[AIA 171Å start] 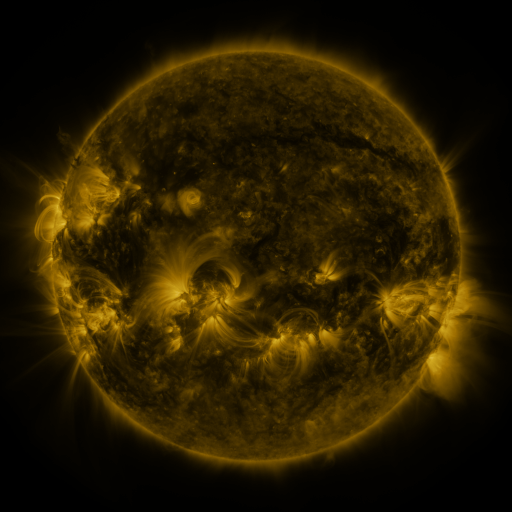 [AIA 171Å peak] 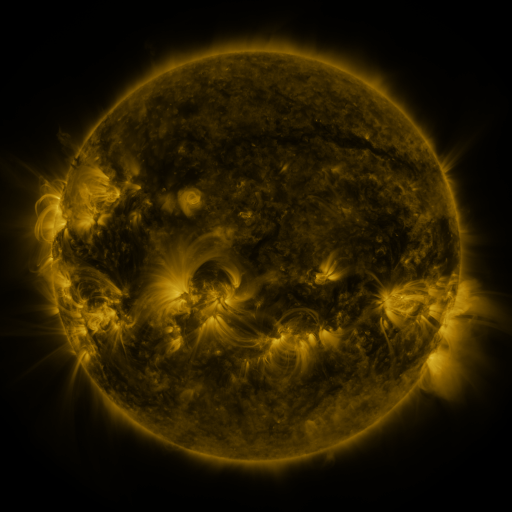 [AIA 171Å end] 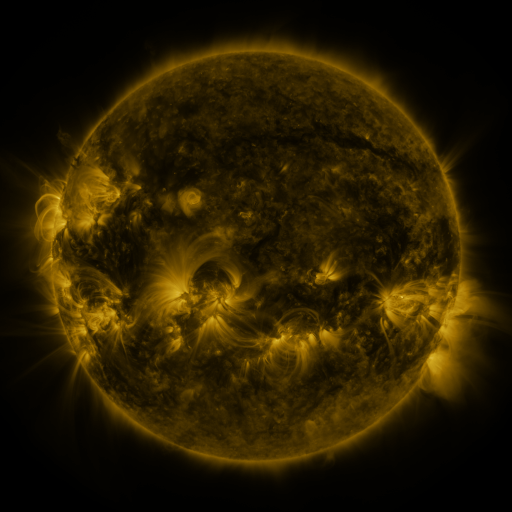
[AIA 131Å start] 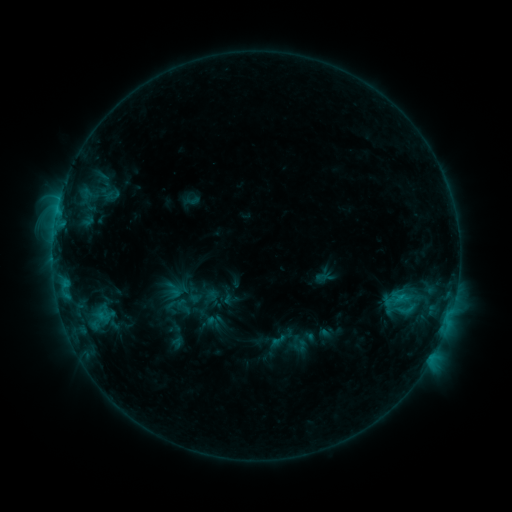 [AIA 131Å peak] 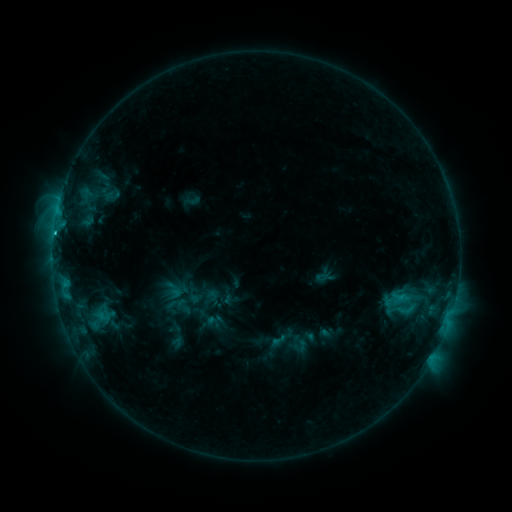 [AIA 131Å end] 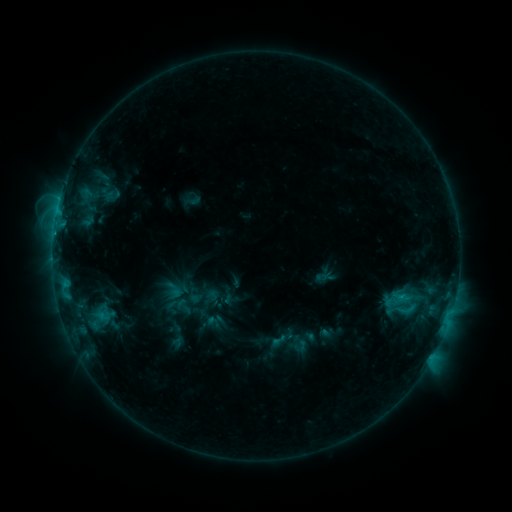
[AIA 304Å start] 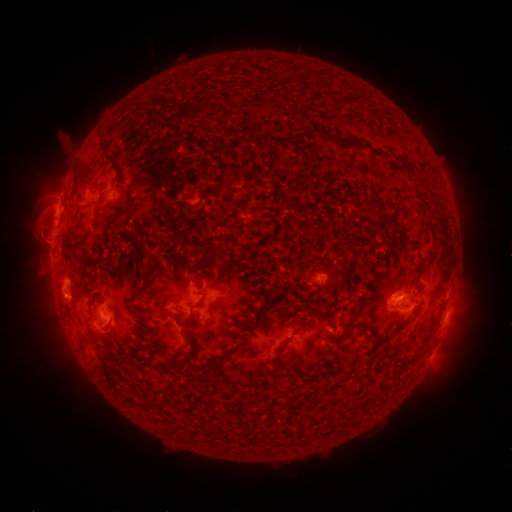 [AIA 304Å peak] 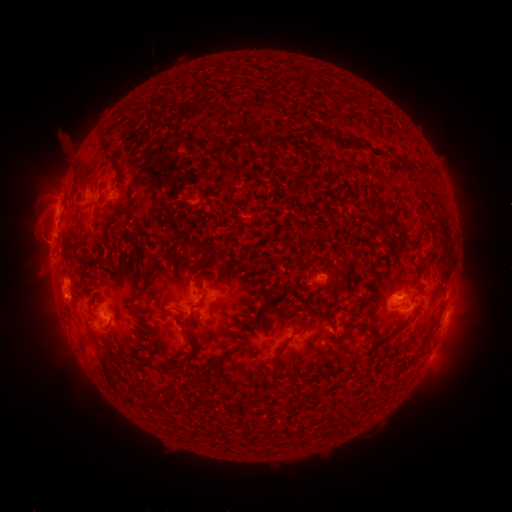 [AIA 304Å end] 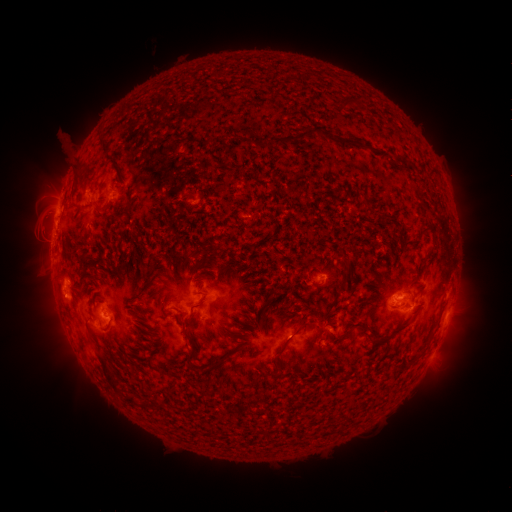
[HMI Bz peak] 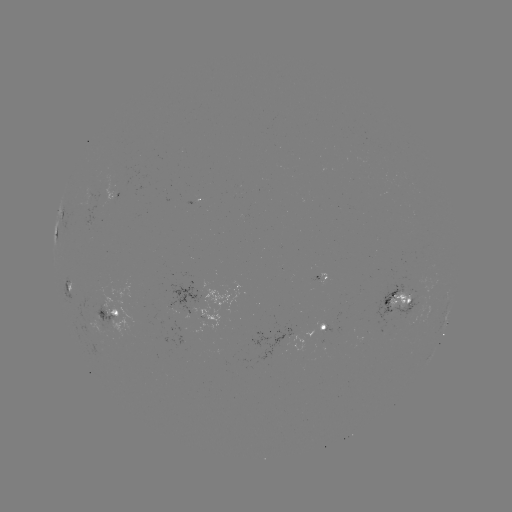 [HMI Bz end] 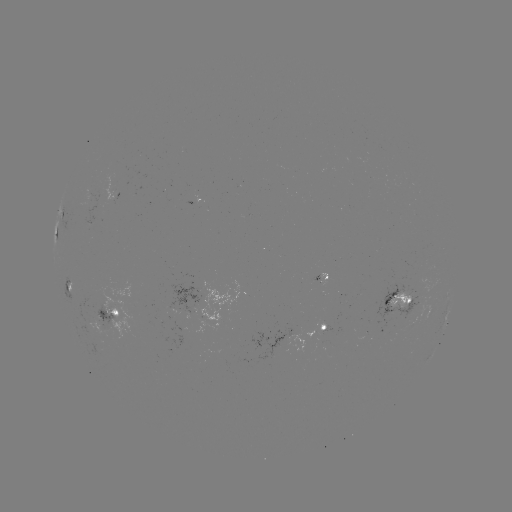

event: flare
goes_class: C1.8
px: (54, 234)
